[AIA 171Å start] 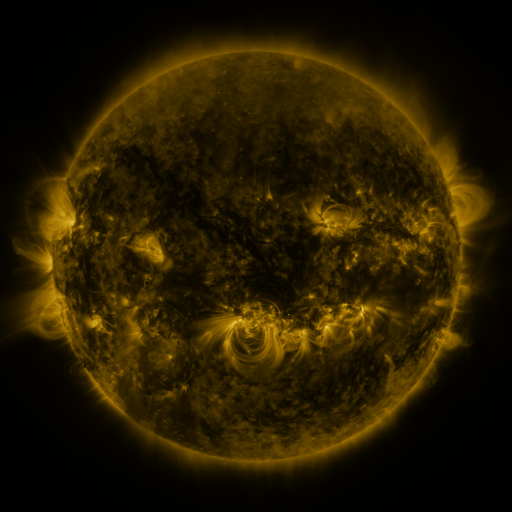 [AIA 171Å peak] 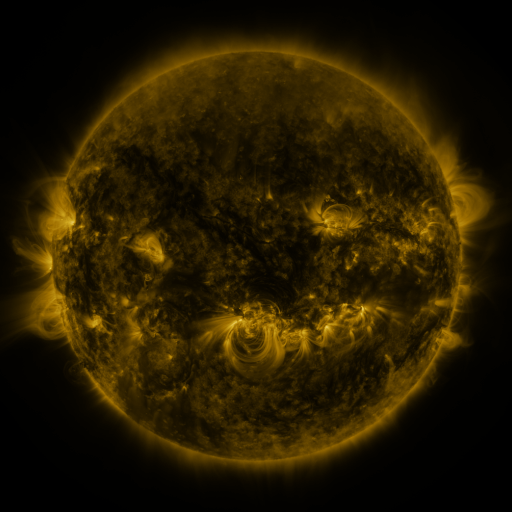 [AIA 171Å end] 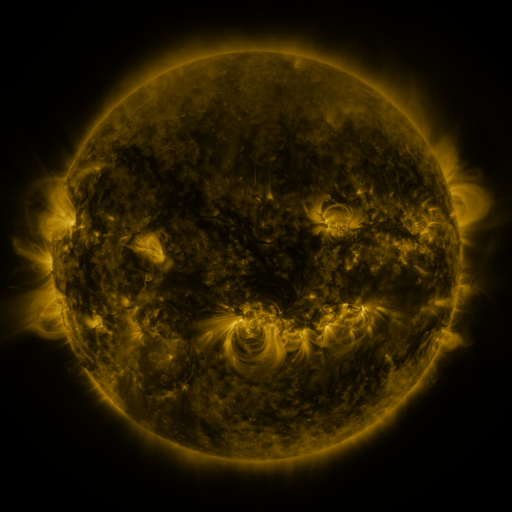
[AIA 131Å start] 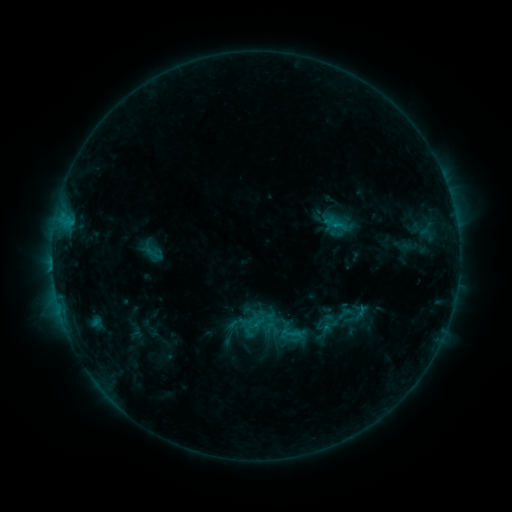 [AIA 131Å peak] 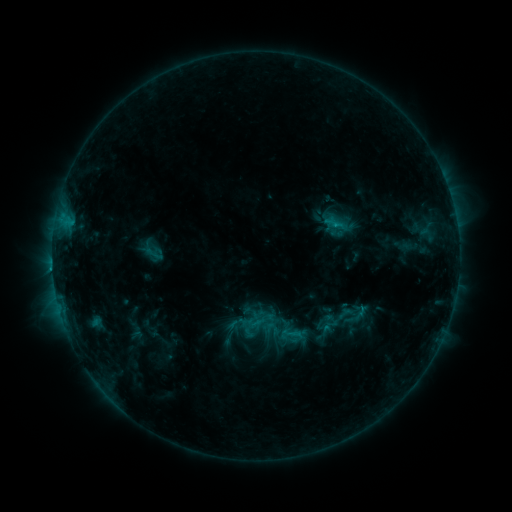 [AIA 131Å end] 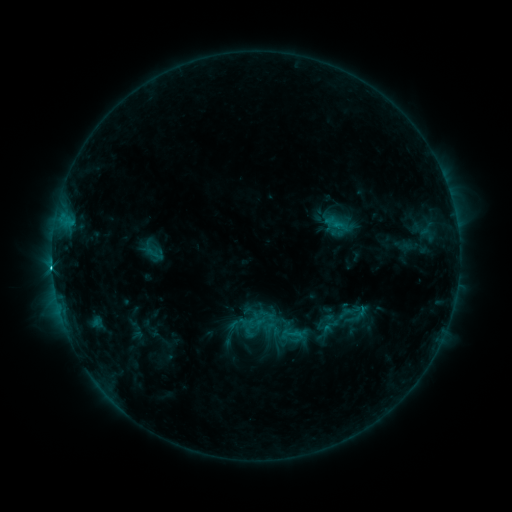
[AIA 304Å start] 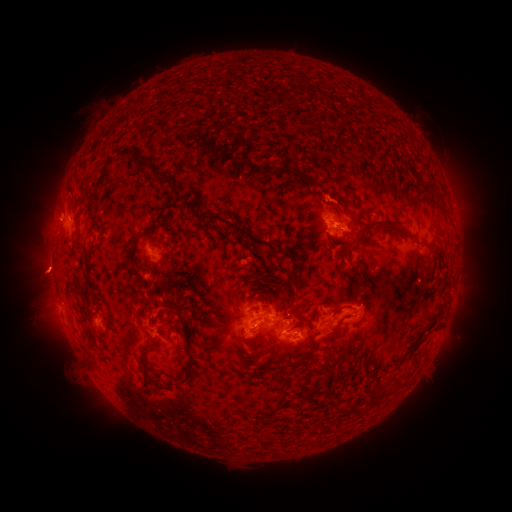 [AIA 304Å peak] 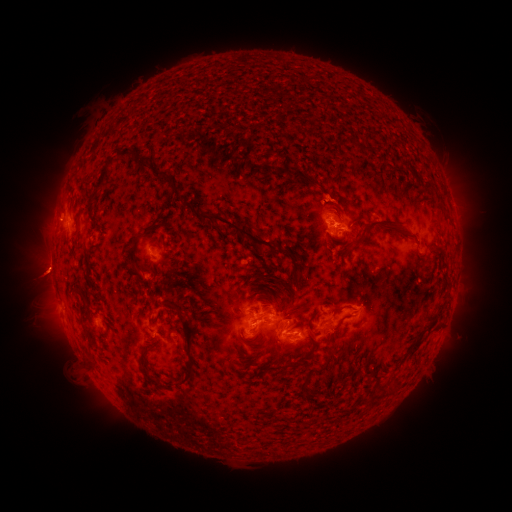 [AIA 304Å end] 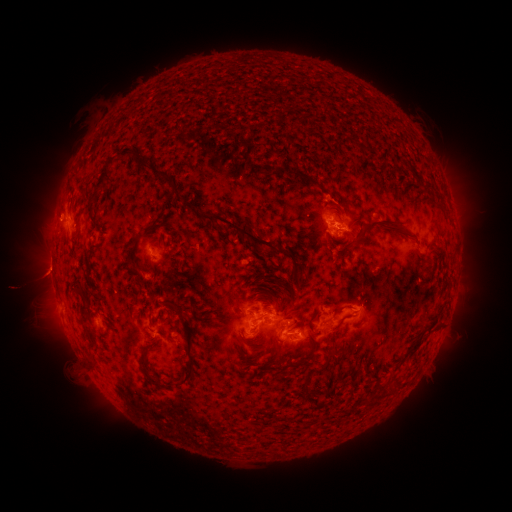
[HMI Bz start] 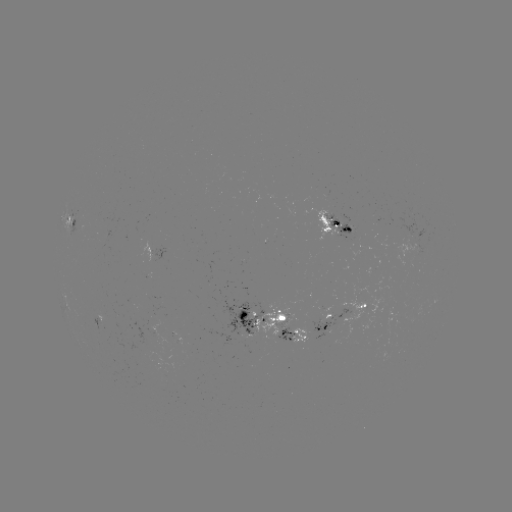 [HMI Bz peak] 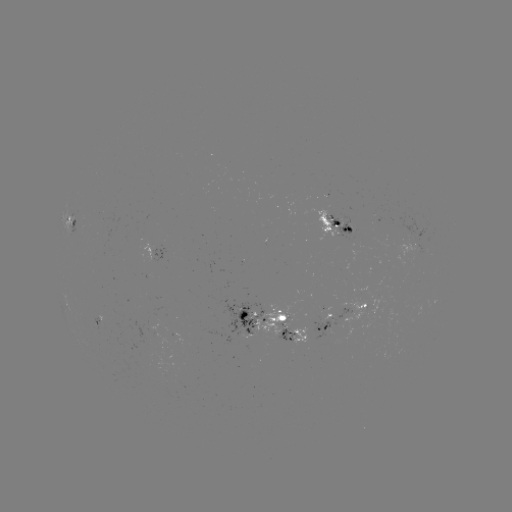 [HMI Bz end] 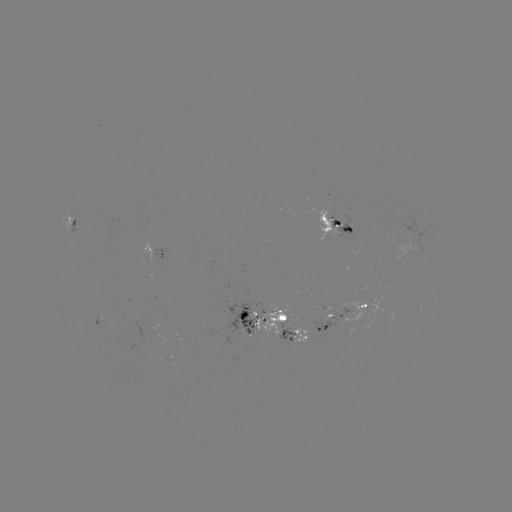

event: eruption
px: (42, 275)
